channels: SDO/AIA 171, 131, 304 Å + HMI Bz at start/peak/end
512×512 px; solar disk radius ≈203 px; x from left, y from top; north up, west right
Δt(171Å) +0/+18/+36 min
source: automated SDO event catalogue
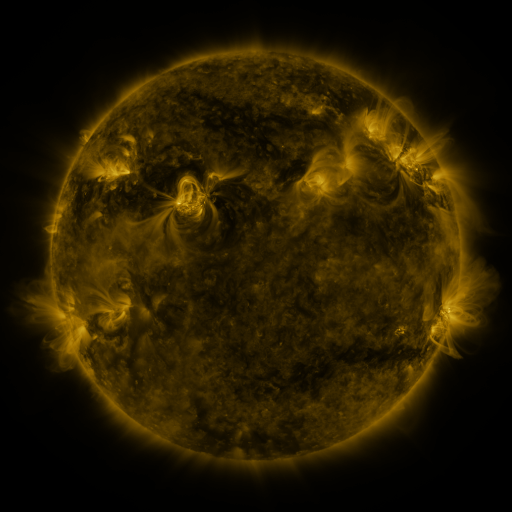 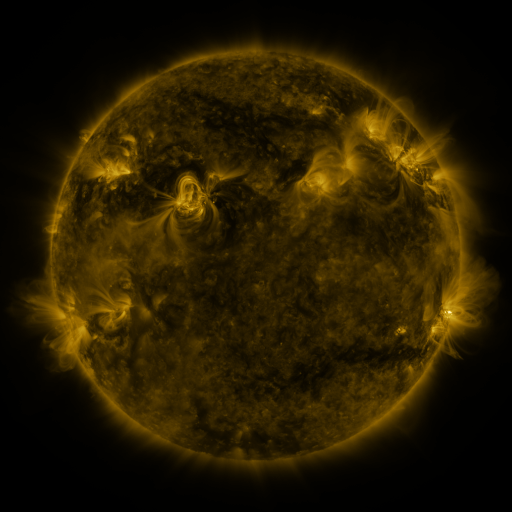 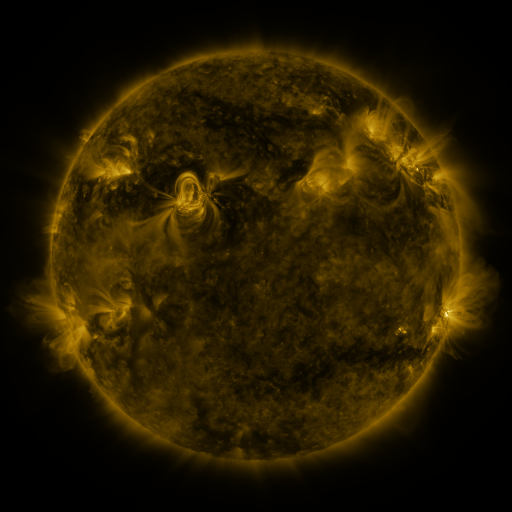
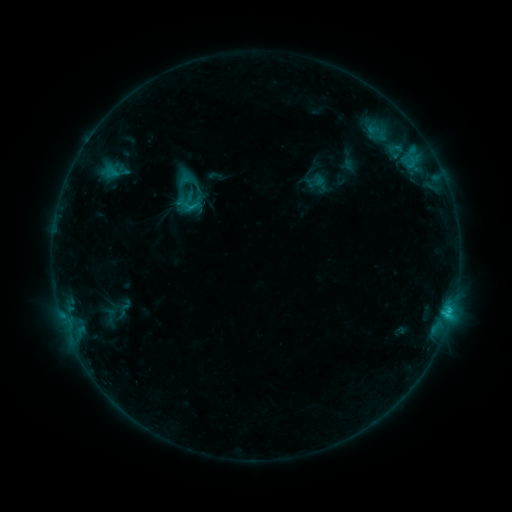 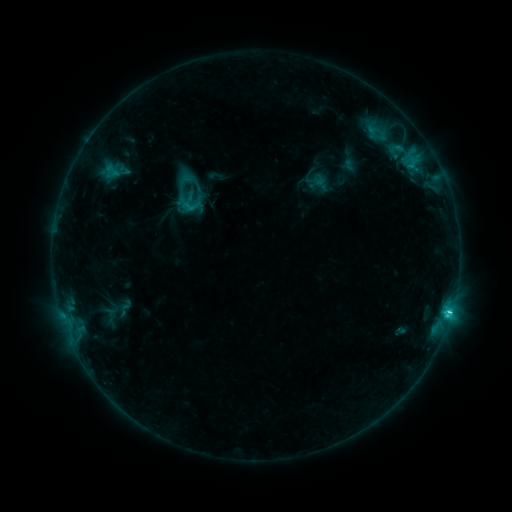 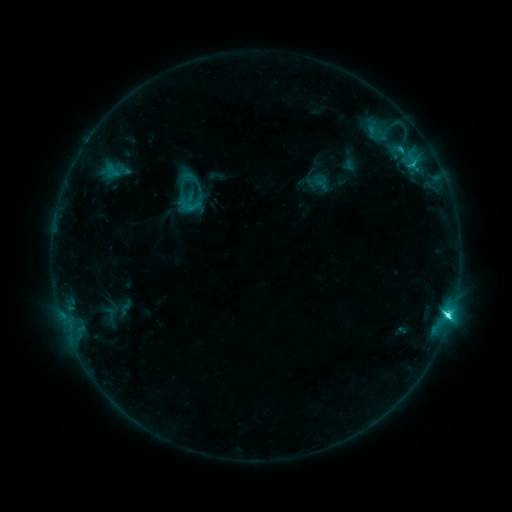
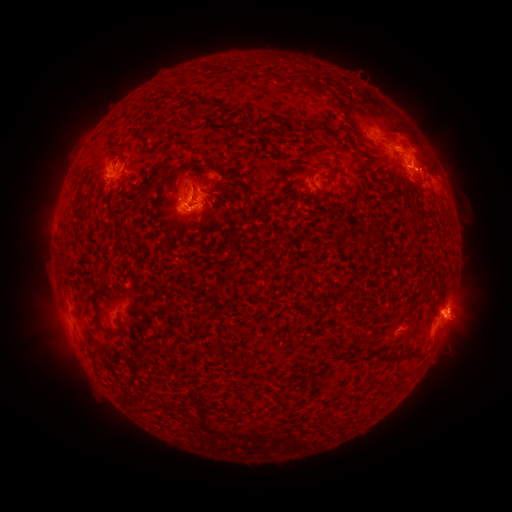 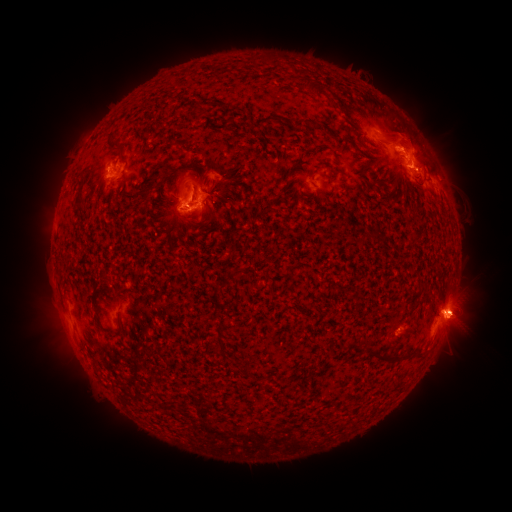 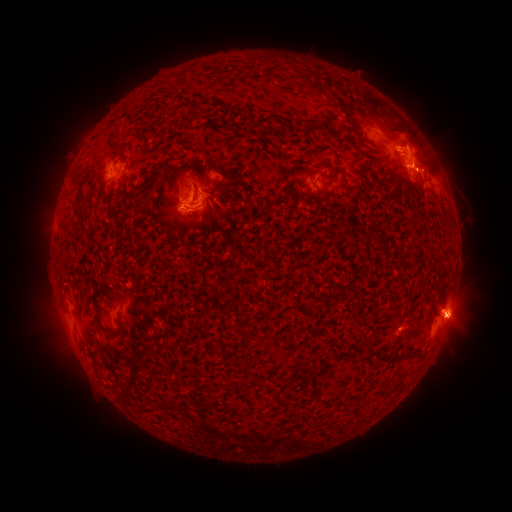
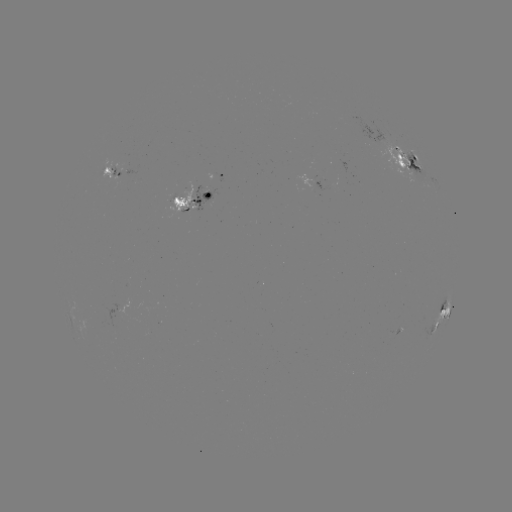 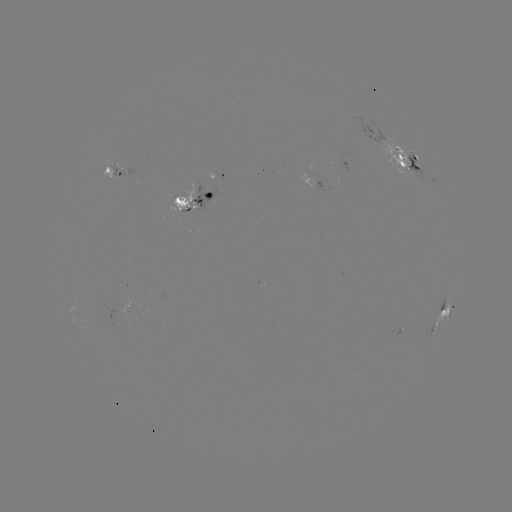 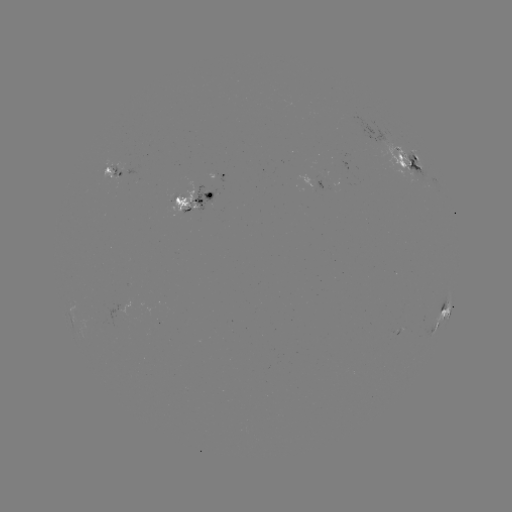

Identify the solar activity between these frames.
emerging-flux region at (184, 205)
